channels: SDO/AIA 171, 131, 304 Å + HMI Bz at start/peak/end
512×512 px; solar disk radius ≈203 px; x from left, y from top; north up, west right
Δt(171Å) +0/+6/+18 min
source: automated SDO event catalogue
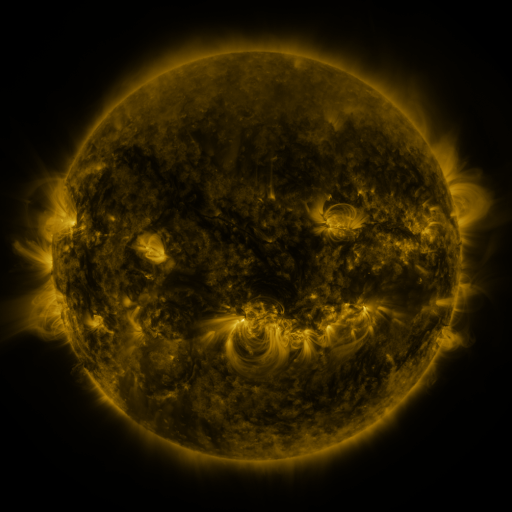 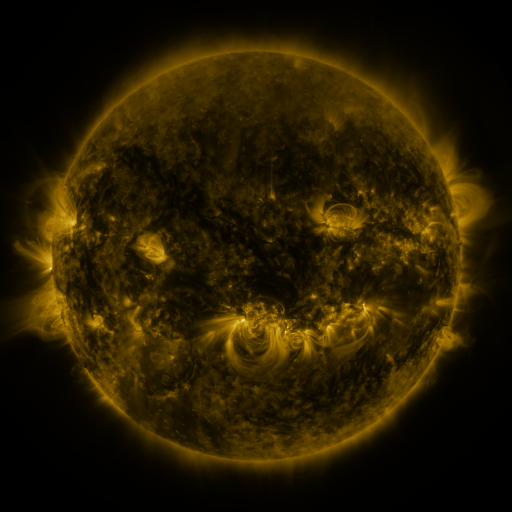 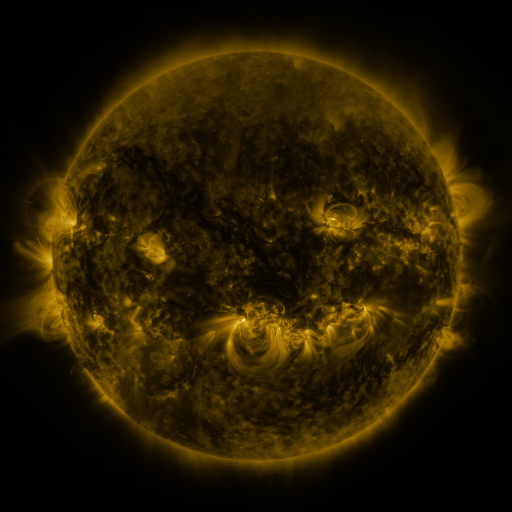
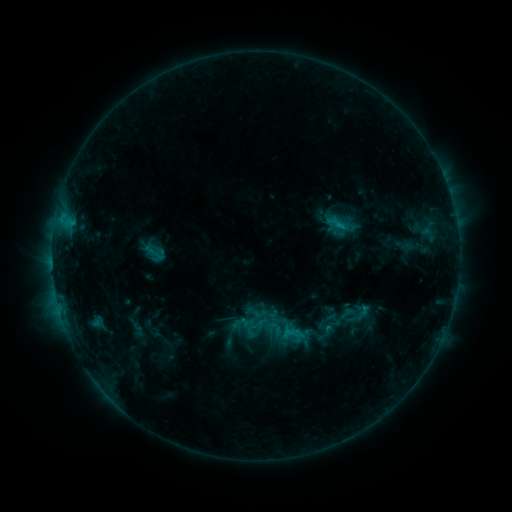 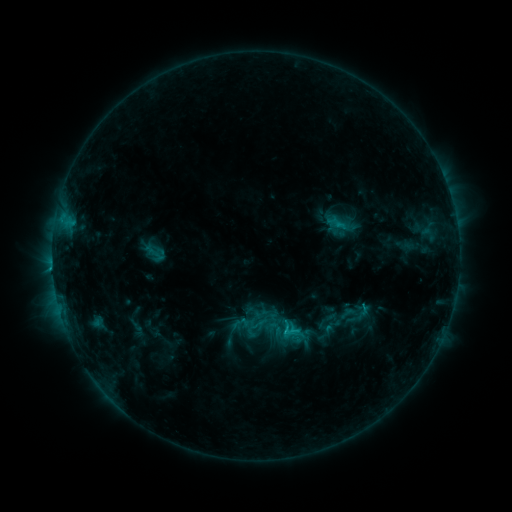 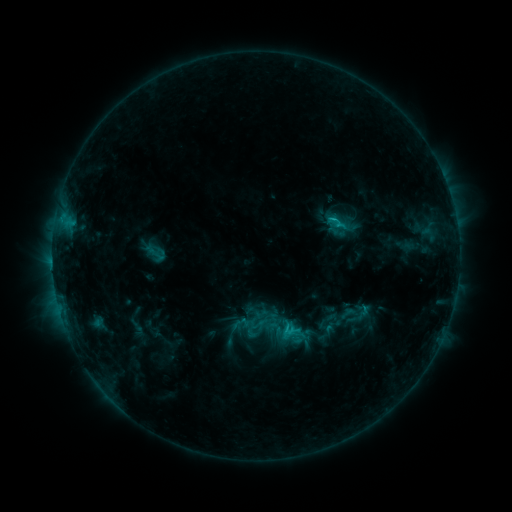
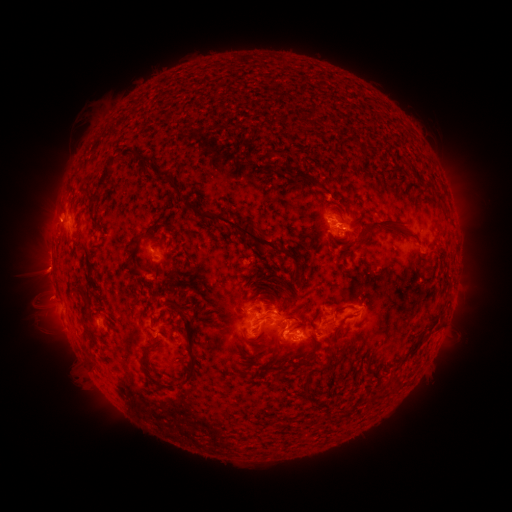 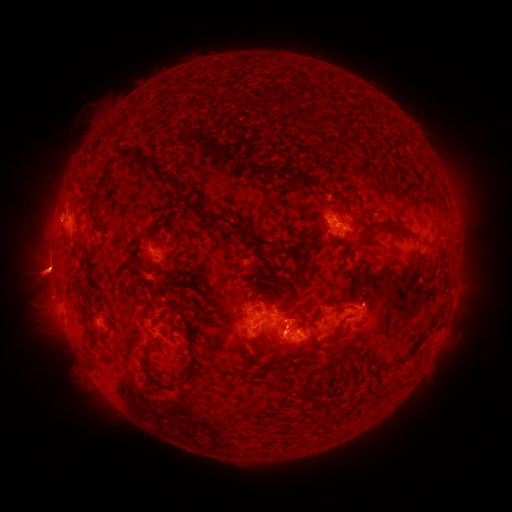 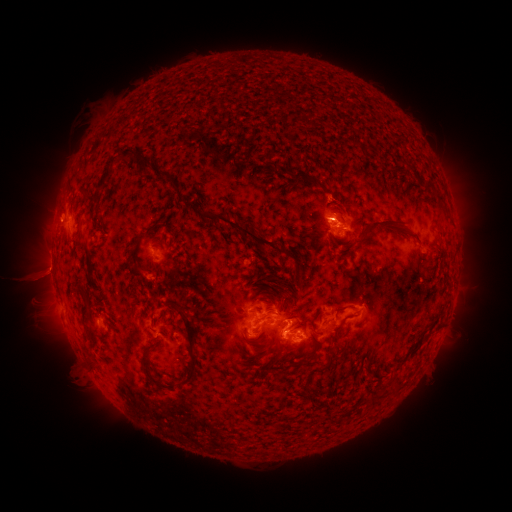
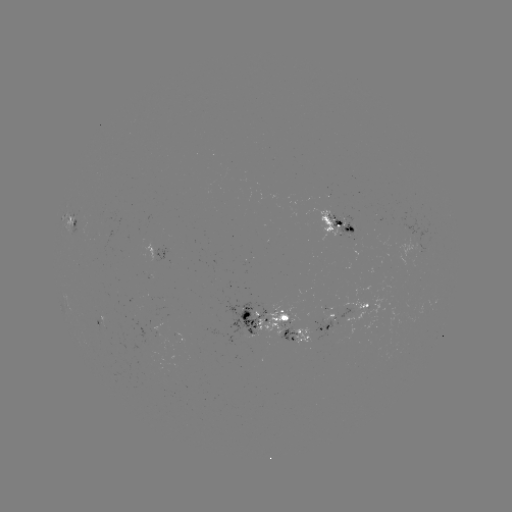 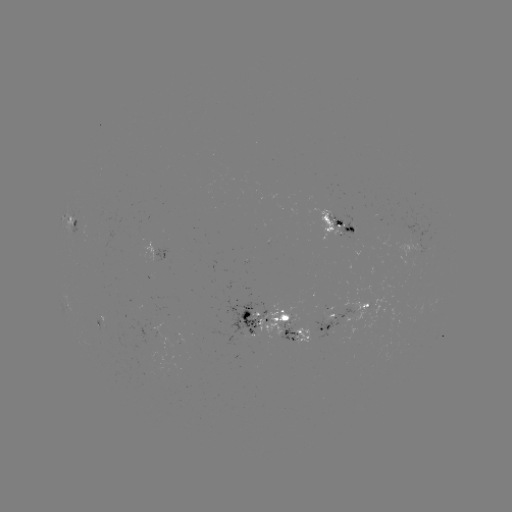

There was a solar flare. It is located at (283, 328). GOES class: C2.2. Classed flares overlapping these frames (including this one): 1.